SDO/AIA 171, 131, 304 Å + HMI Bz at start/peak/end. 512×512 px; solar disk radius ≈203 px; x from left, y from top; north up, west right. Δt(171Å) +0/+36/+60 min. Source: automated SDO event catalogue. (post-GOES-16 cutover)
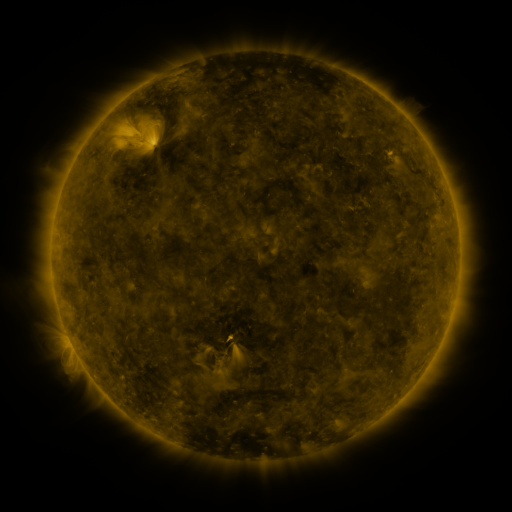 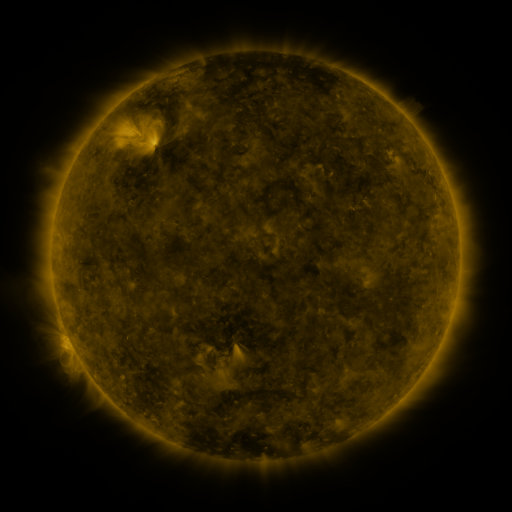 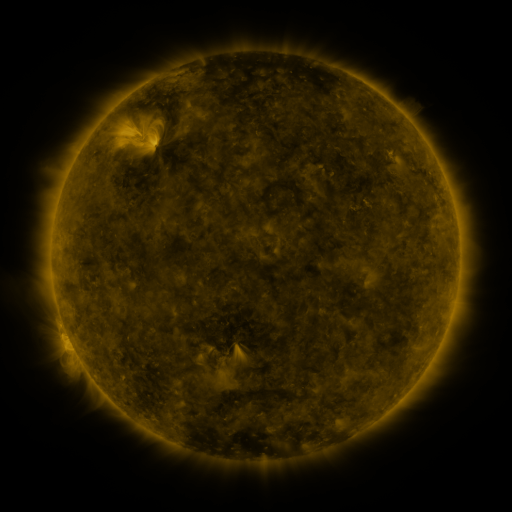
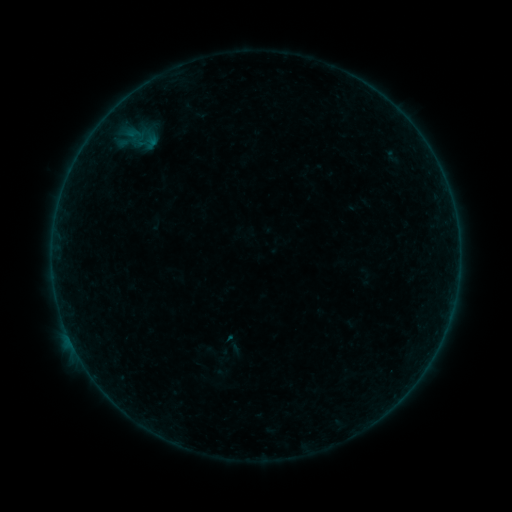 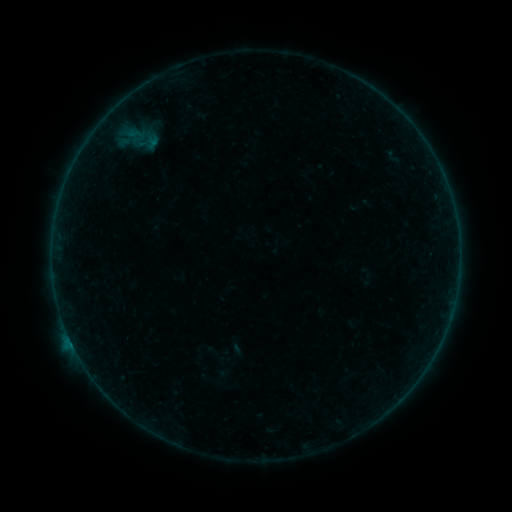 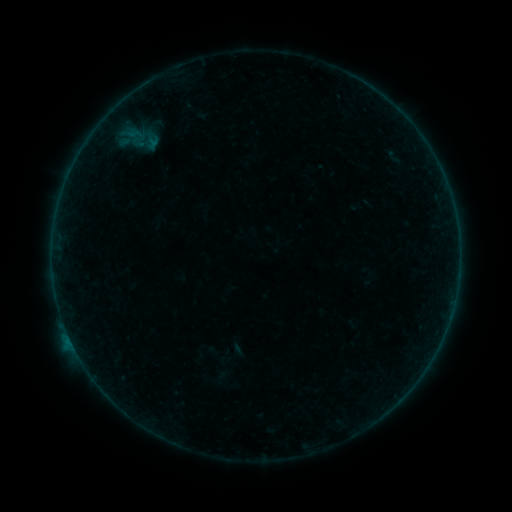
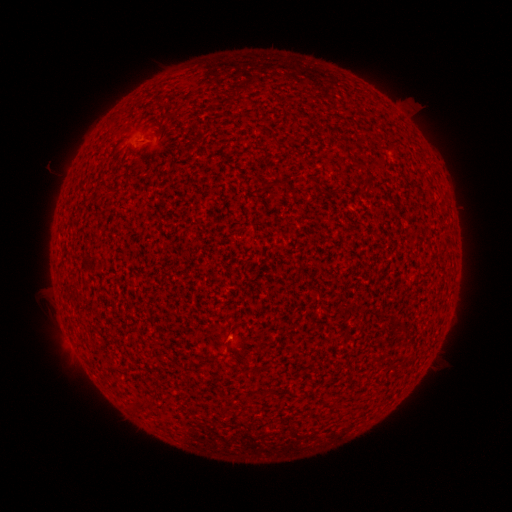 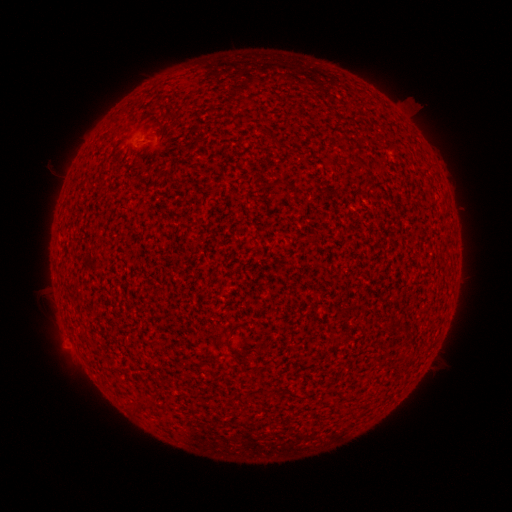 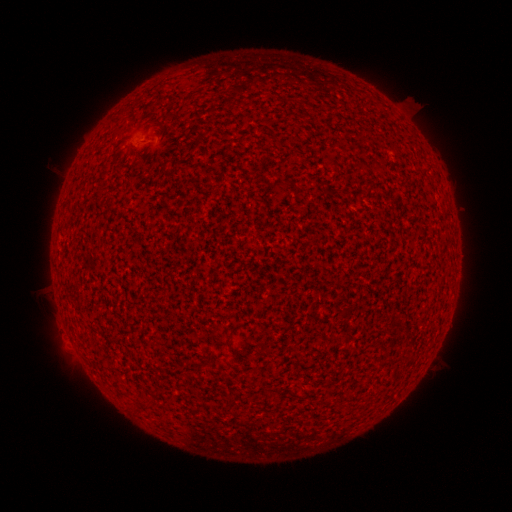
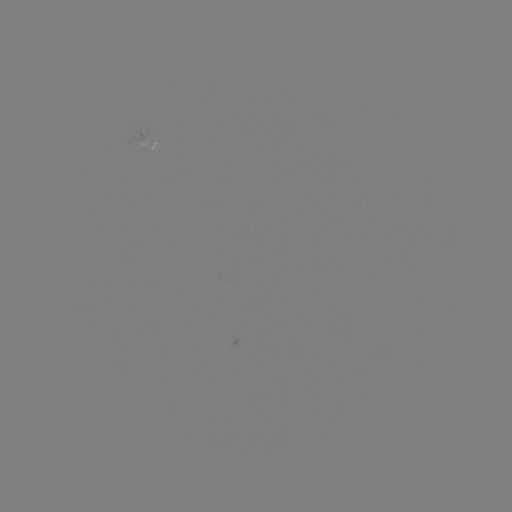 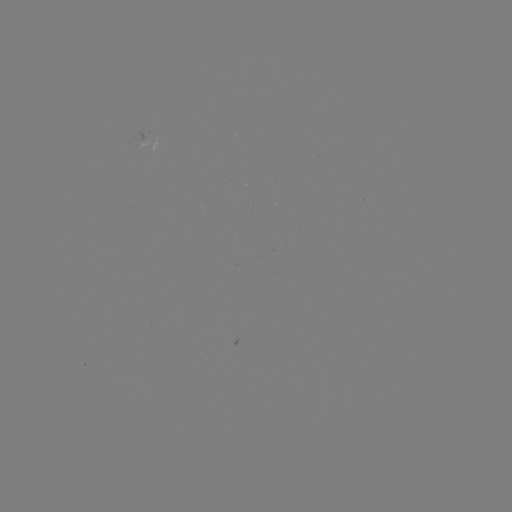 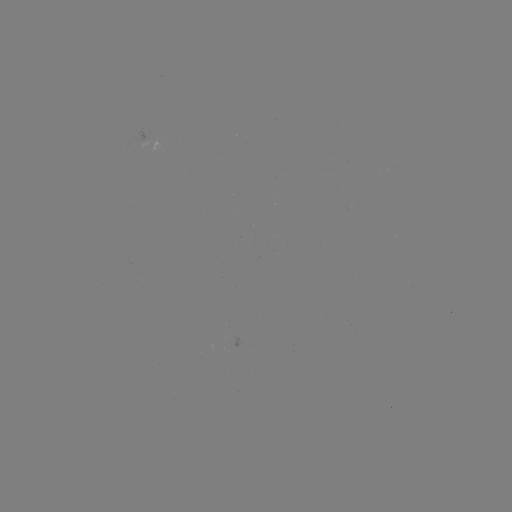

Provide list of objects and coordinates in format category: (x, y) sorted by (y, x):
B2.9 flare: (71, 341)
